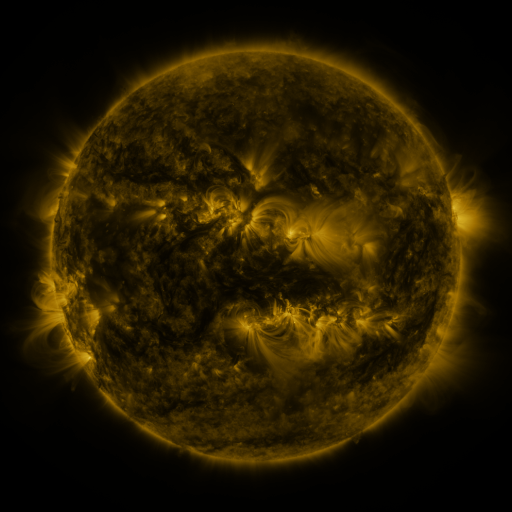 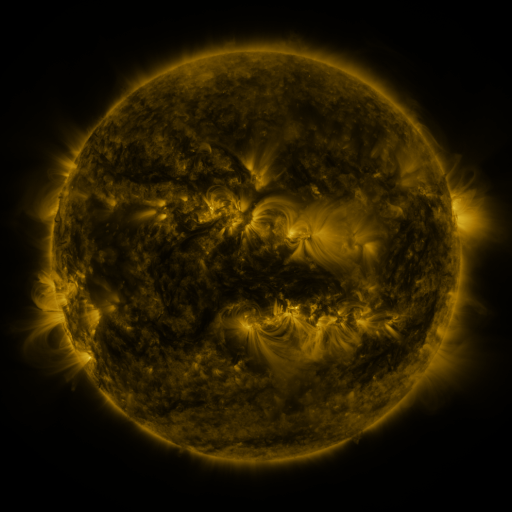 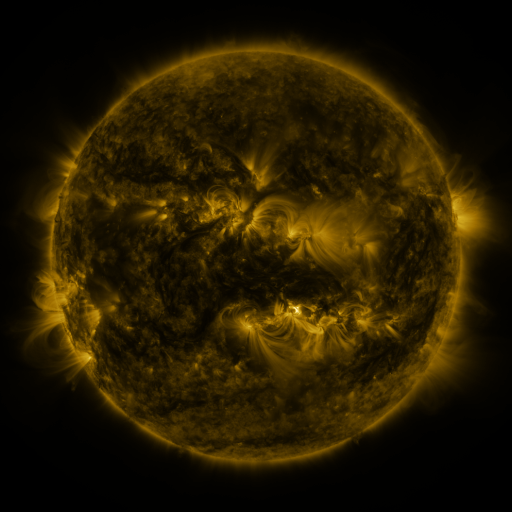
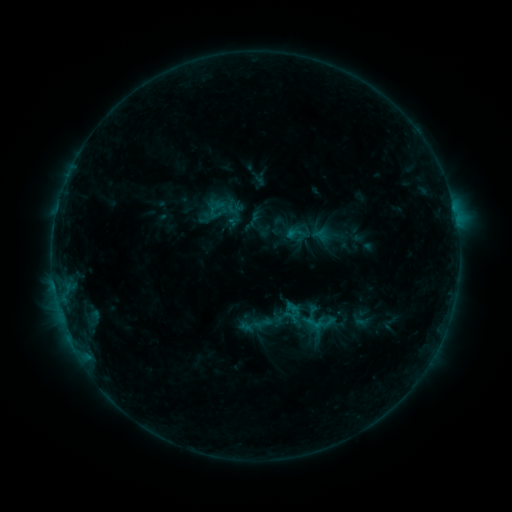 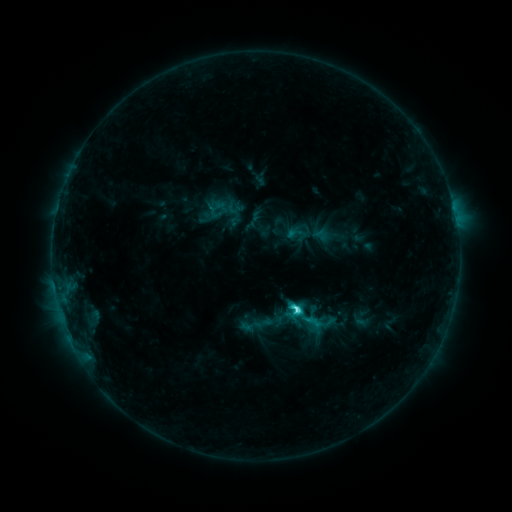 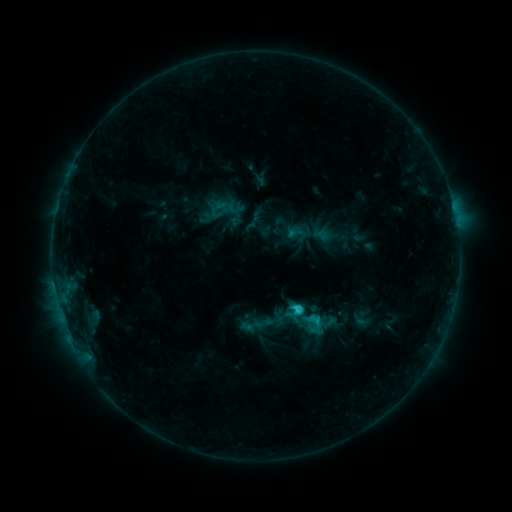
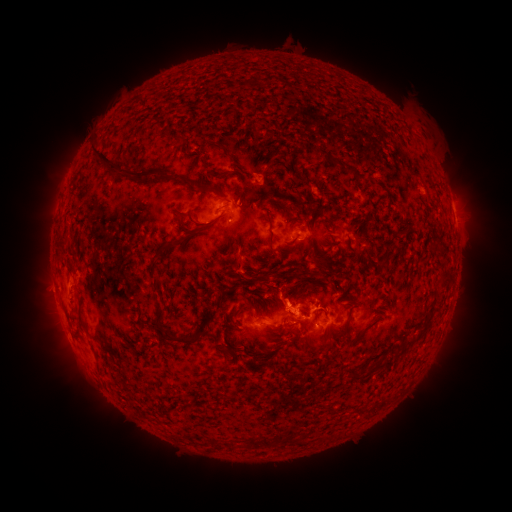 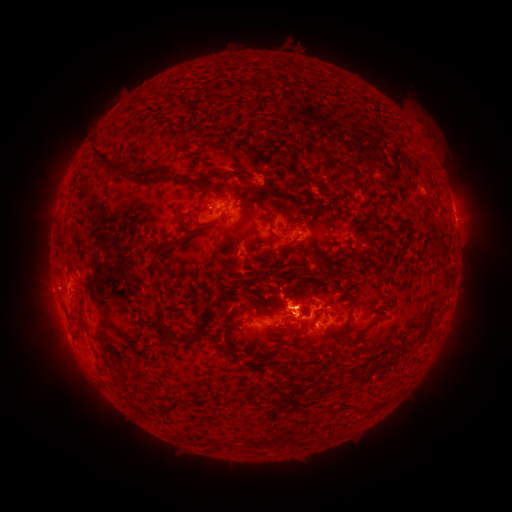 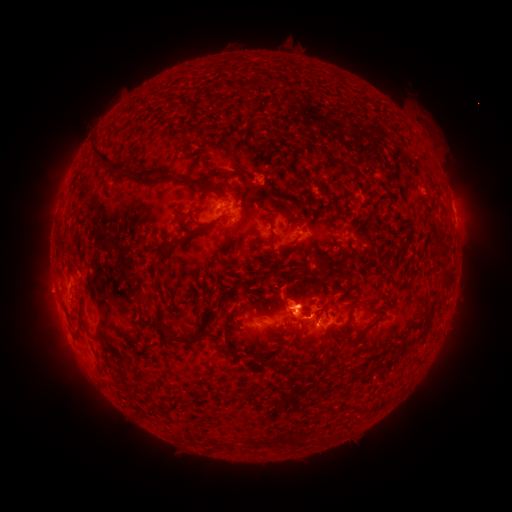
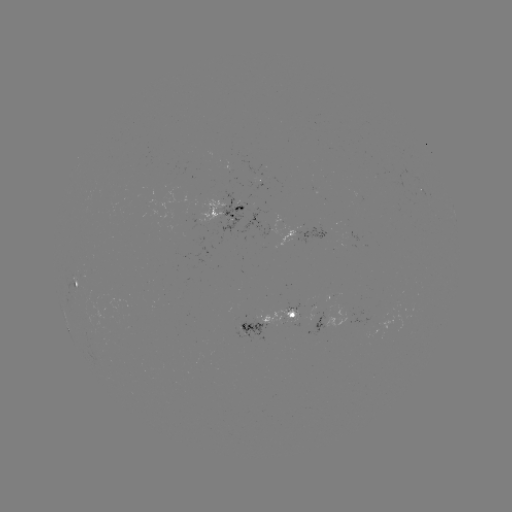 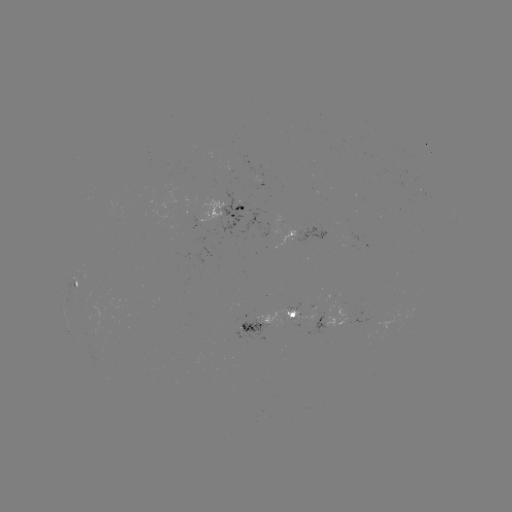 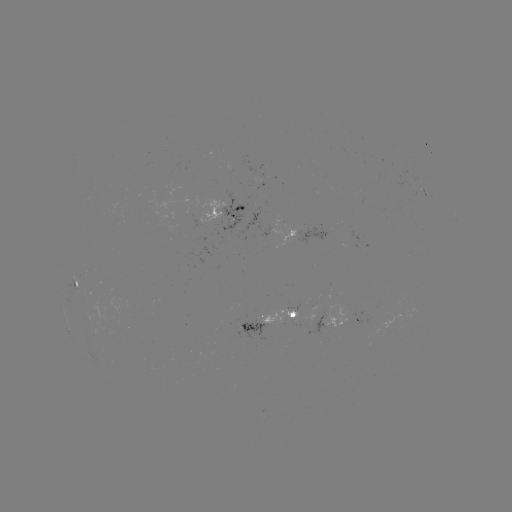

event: flare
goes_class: C3.8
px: (296, 307)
